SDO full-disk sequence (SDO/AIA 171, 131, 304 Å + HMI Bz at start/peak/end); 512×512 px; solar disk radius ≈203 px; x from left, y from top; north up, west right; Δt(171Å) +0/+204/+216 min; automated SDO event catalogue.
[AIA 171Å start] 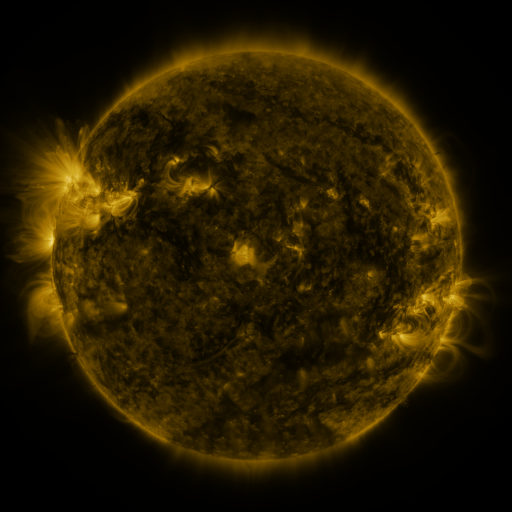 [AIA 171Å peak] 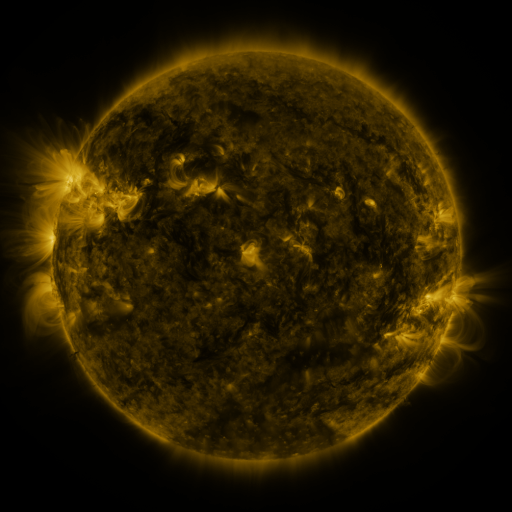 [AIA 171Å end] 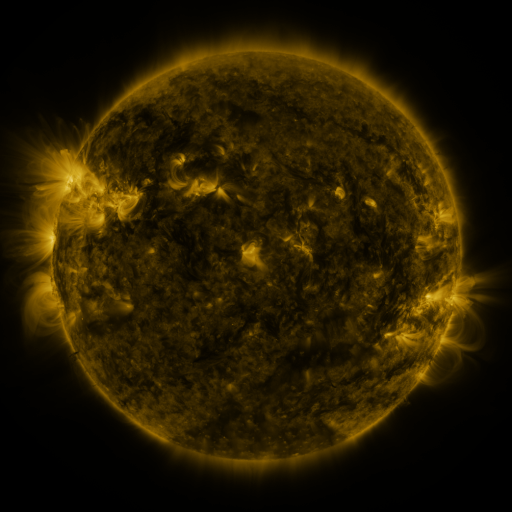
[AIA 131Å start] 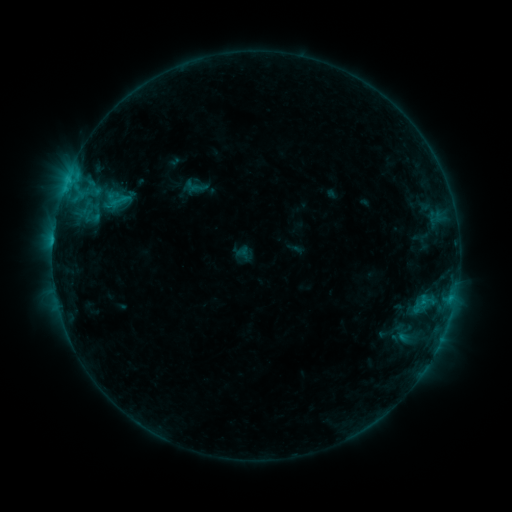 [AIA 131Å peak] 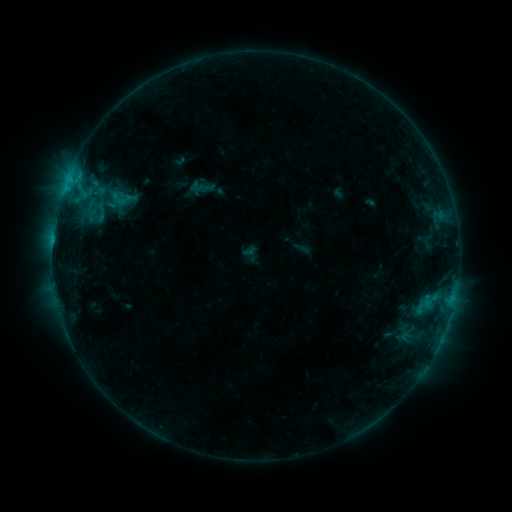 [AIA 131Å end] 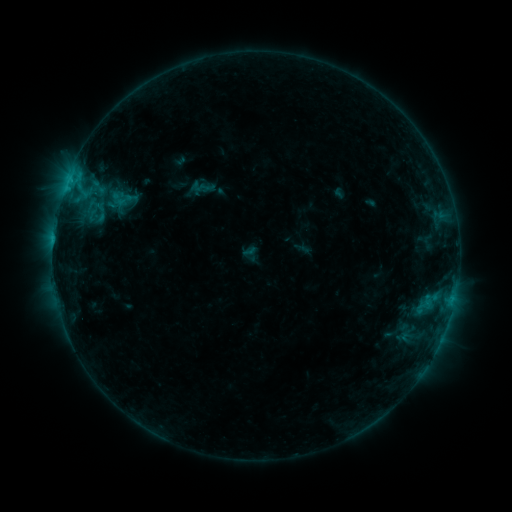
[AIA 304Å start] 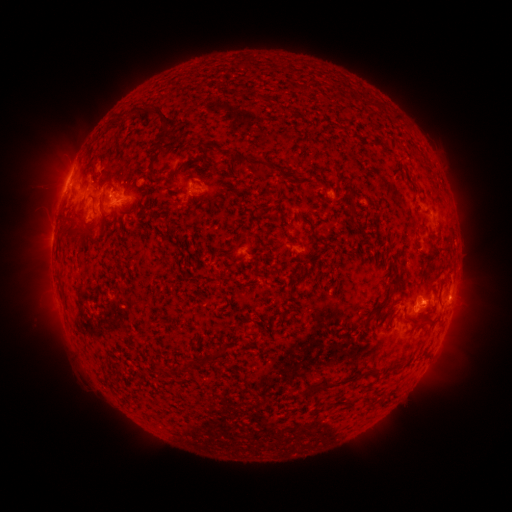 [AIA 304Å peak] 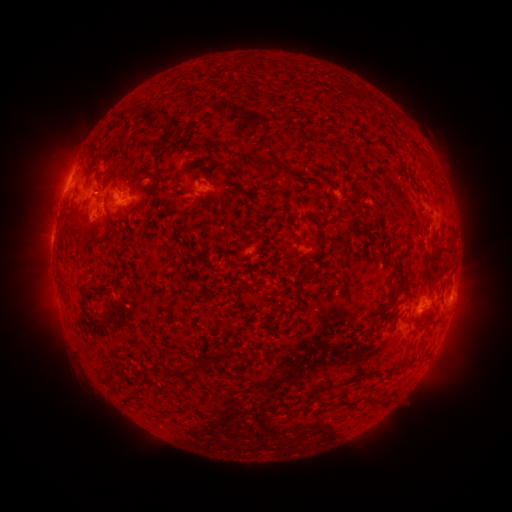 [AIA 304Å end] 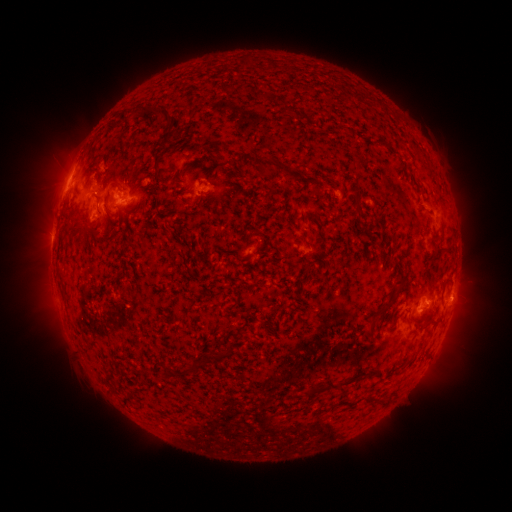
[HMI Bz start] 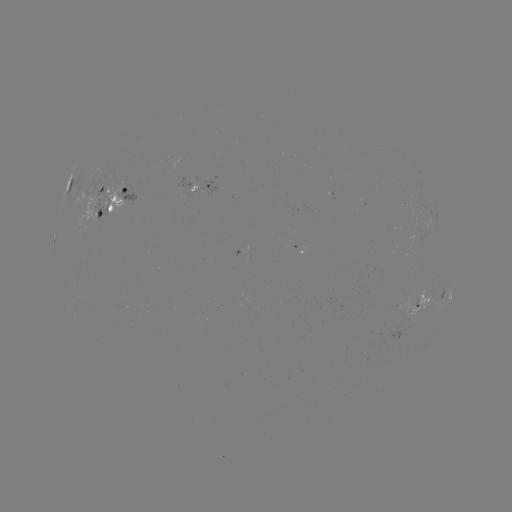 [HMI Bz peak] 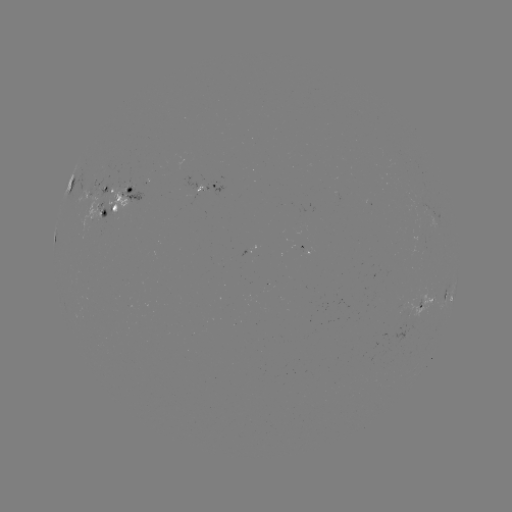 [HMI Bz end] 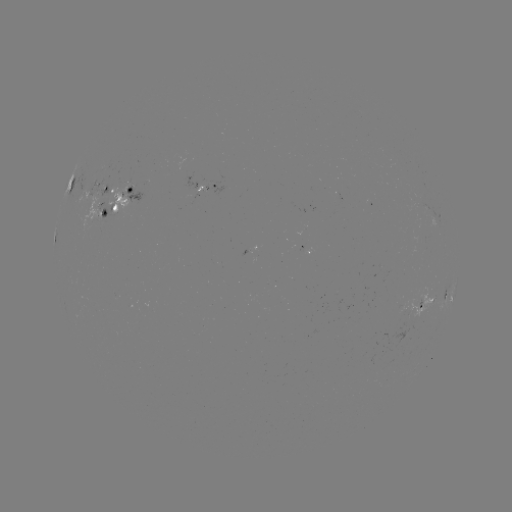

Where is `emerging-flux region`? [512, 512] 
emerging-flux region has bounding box [89, 181, 104, 196].